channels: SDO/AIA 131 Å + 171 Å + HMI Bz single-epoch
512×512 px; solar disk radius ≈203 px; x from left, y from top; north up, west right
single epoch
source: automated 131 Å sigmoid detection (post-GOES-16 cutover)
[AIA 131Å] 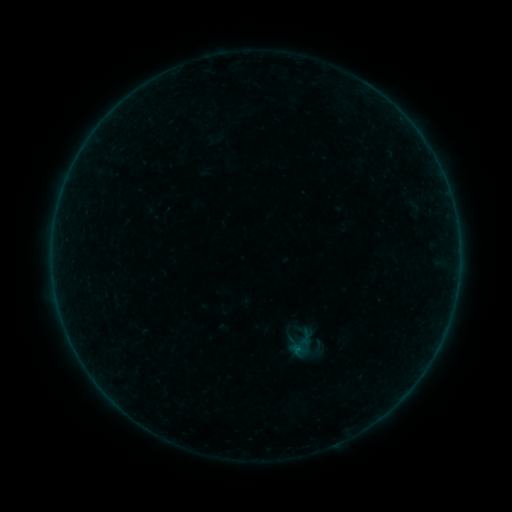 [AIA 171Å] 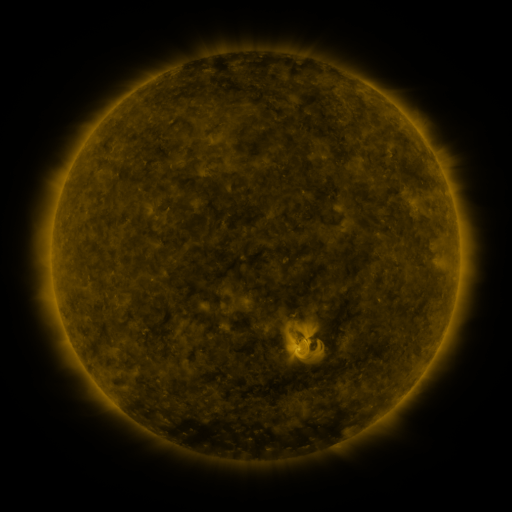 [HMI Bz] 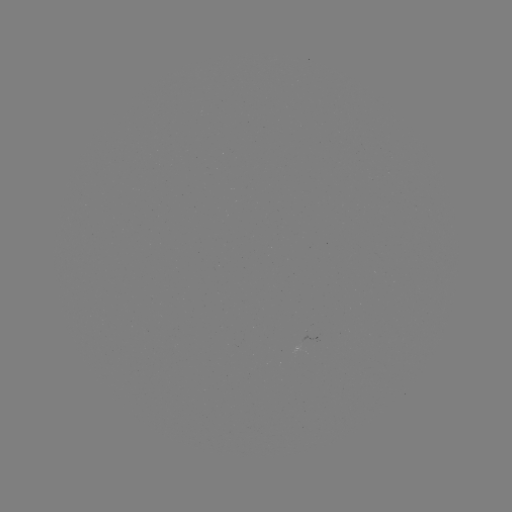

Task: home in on sigmoid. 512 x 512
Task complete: [318, 348].